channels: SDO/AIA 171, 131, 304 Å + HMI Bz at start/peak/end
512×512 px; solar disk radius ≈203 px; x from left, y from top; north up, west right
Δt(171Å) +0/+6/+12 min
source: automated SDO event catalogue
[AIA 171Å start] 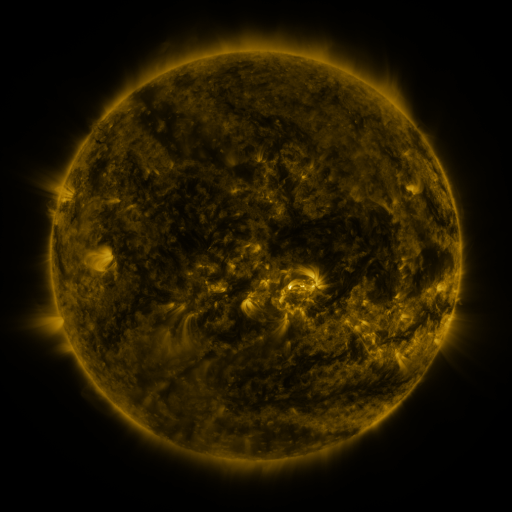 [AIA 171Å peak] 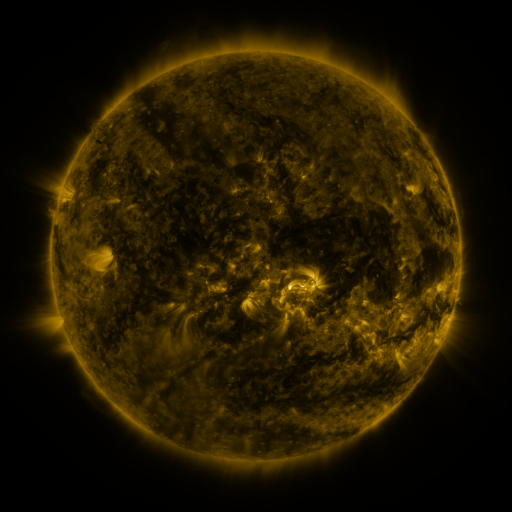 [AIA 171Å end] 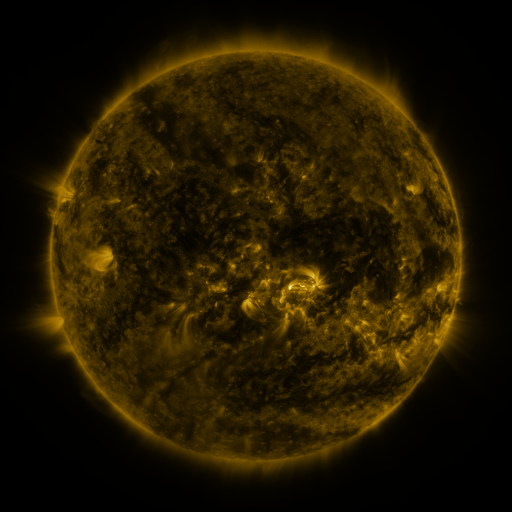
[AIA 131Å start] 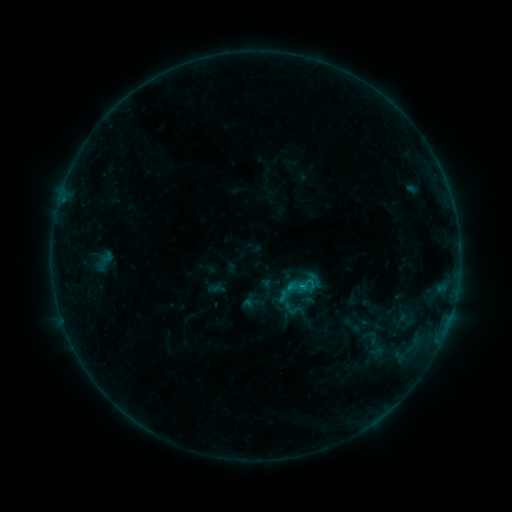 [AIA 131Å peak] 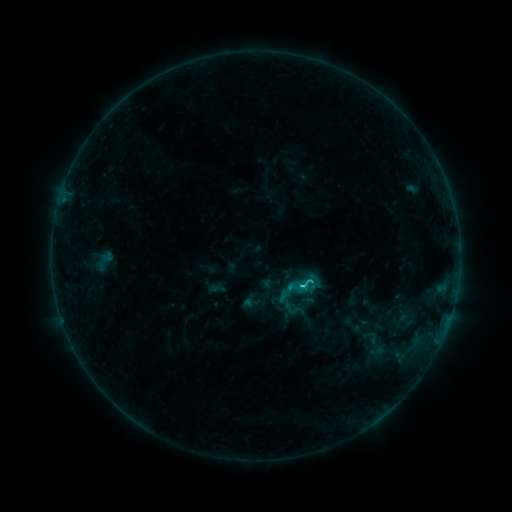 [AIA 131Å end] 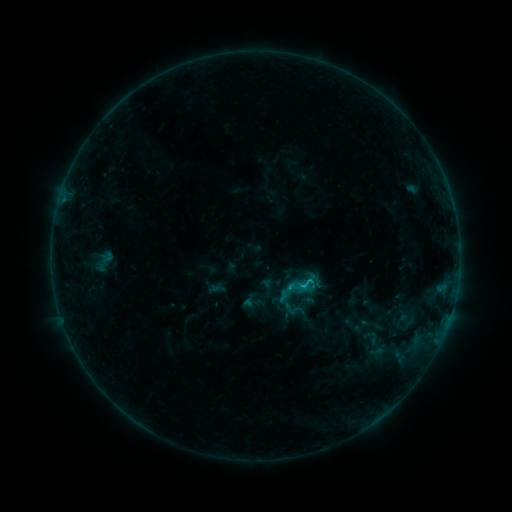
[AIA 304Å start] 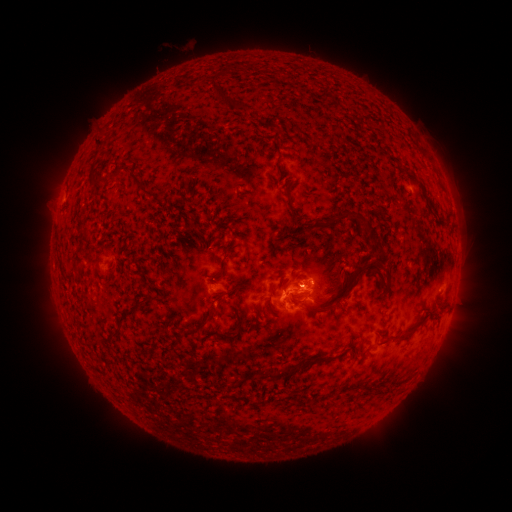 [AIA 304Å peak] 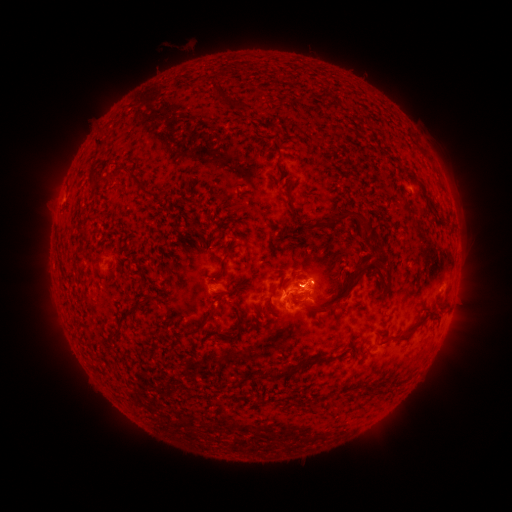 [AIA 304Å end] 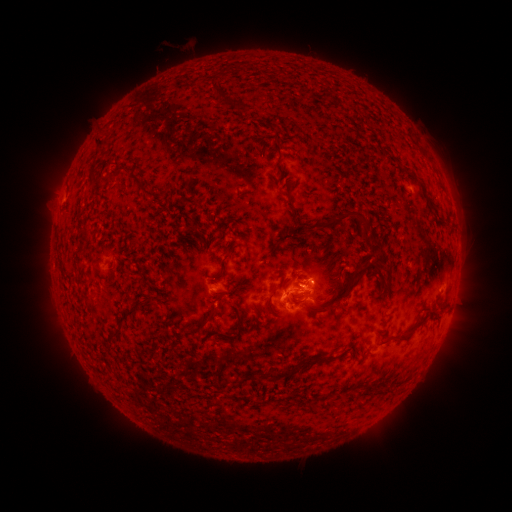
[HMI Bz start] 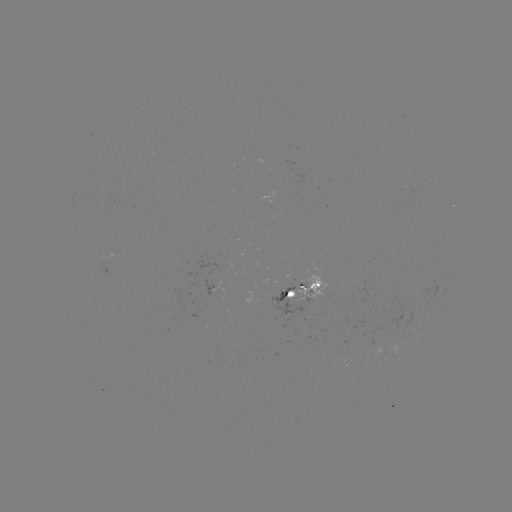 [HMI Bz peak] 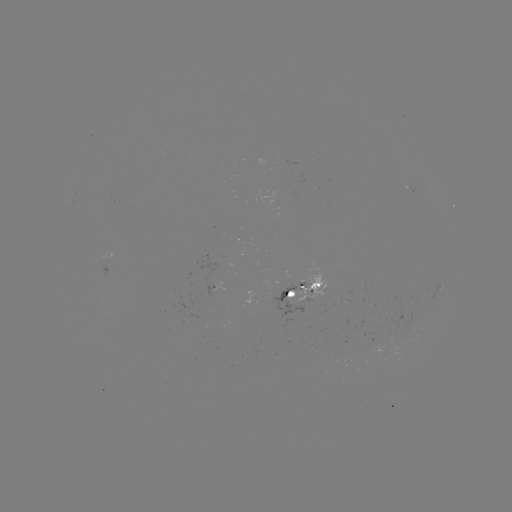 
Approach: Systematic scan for C1.3 flare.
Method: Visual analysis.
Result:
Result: C1.3 flare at [300, 284].